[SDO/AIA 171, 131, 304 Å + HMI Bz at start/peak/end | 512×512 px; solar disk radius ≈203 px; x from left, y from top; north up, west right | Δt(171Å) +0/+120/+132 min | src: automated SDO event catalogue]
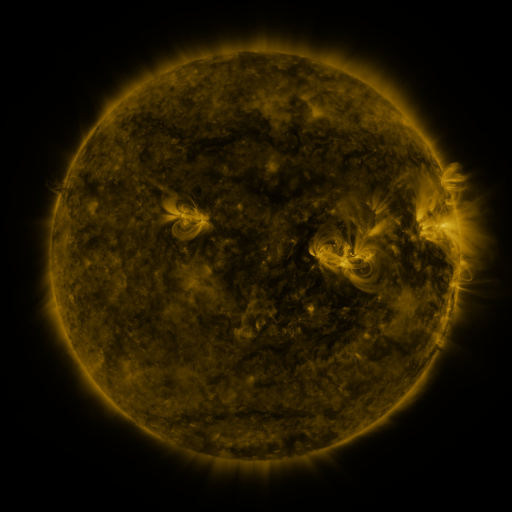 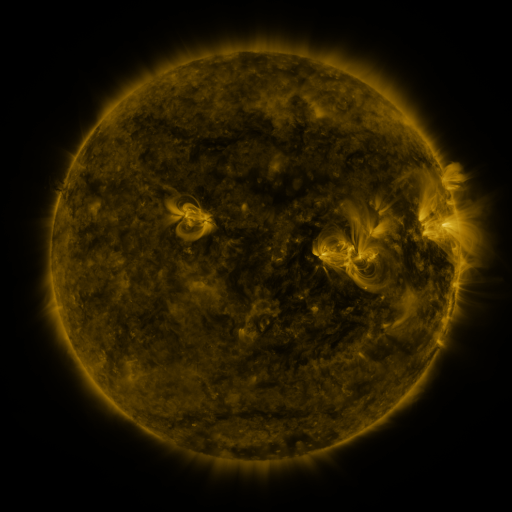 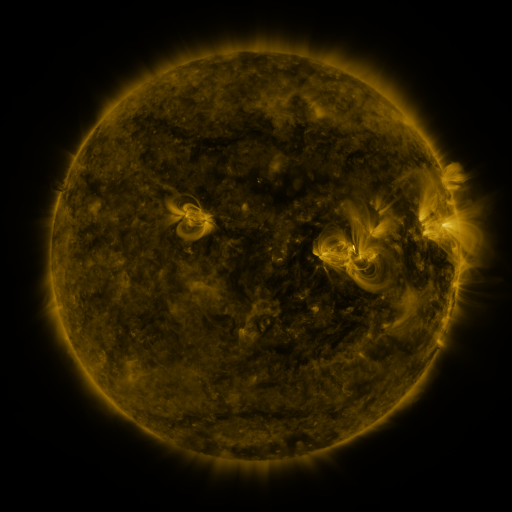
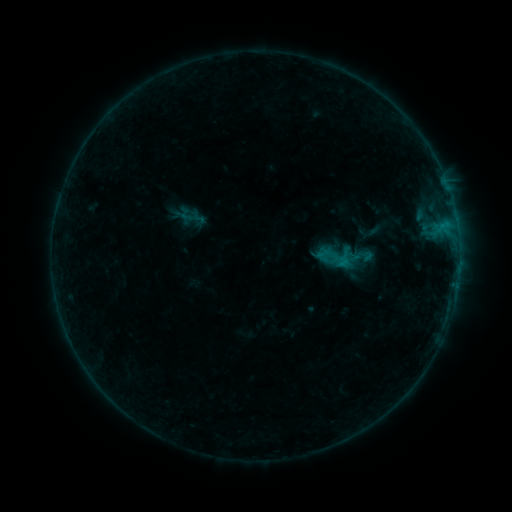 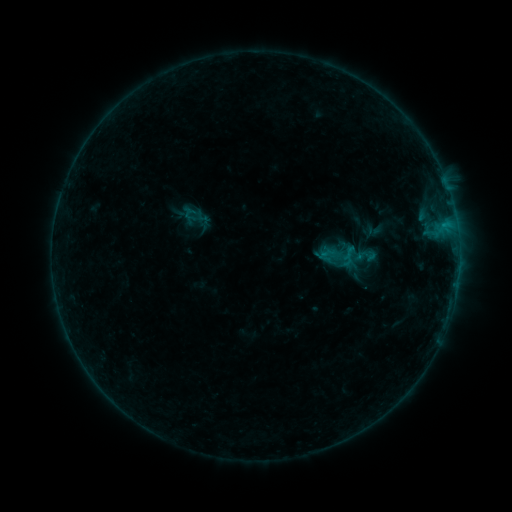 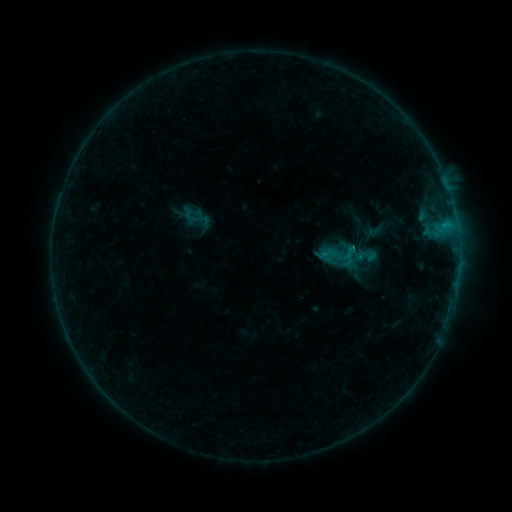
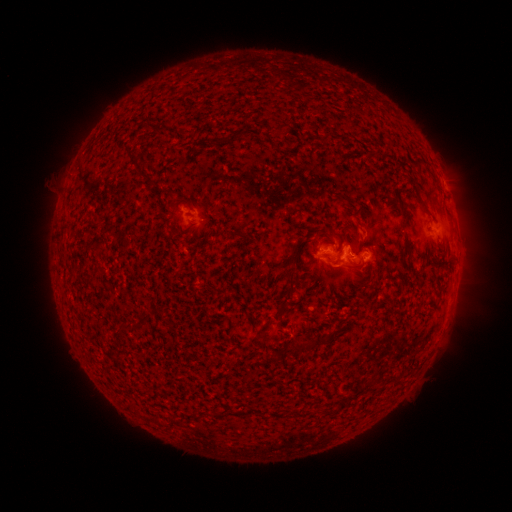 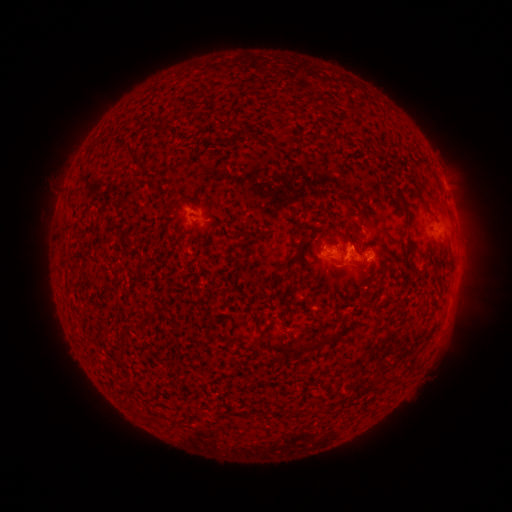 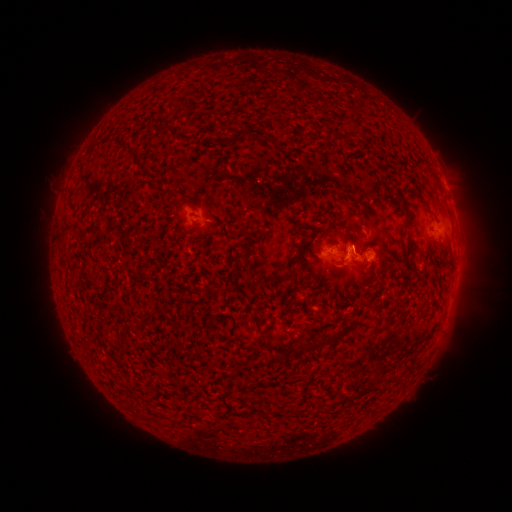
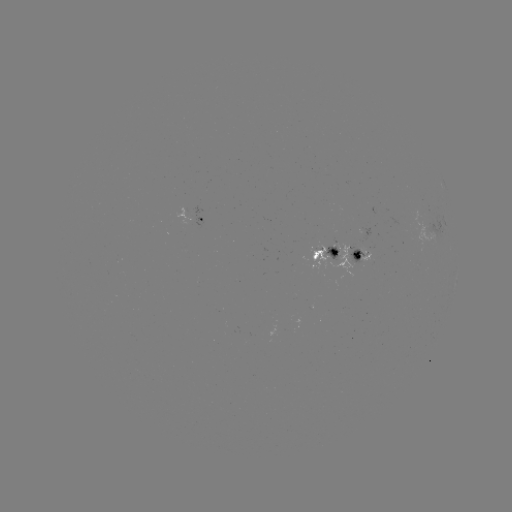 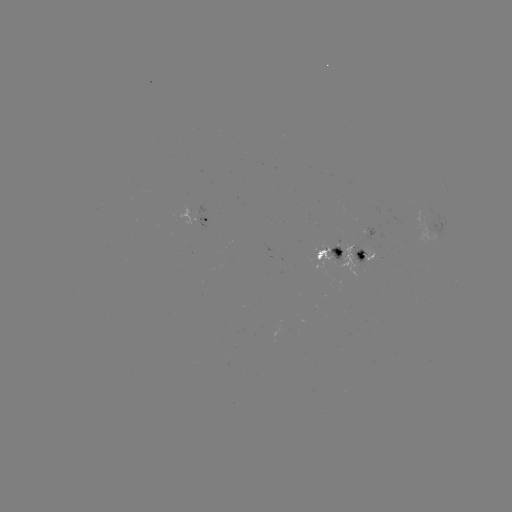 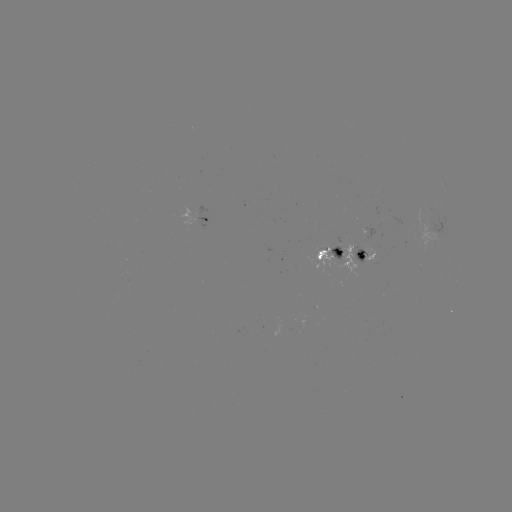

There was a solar emerging-flux region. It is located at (339, 247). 